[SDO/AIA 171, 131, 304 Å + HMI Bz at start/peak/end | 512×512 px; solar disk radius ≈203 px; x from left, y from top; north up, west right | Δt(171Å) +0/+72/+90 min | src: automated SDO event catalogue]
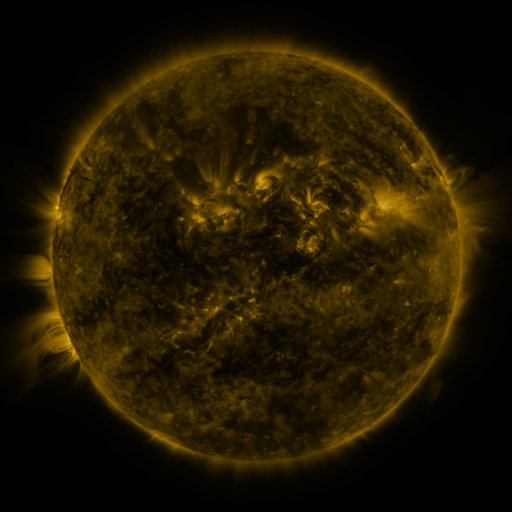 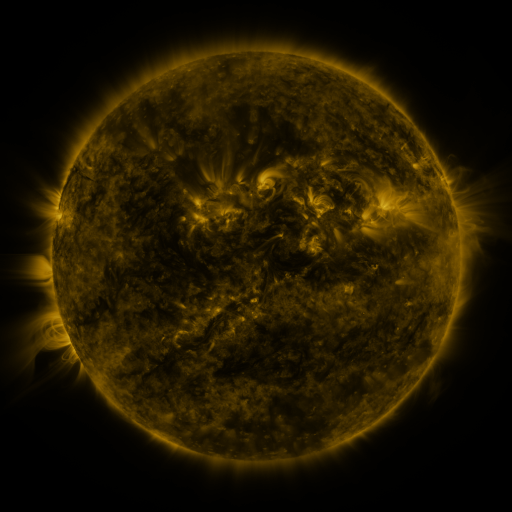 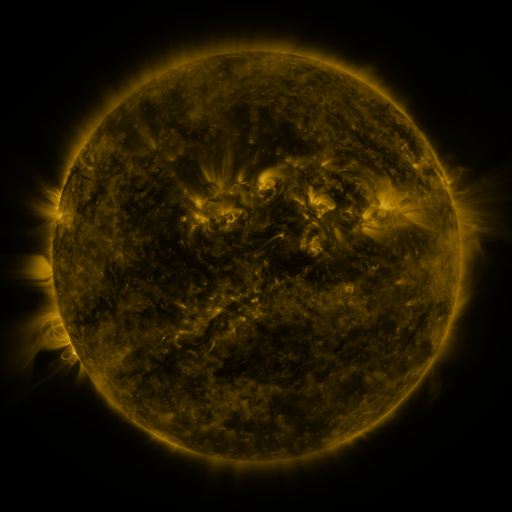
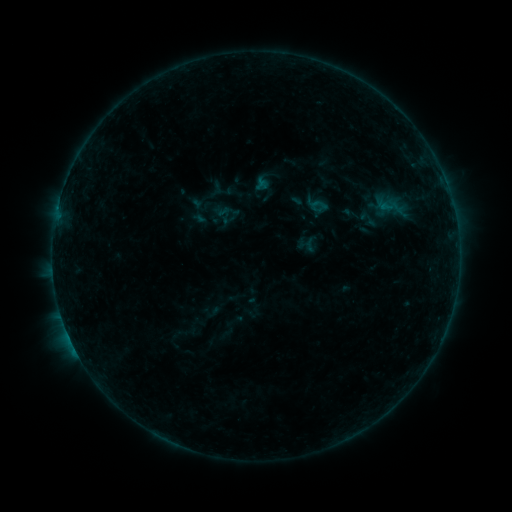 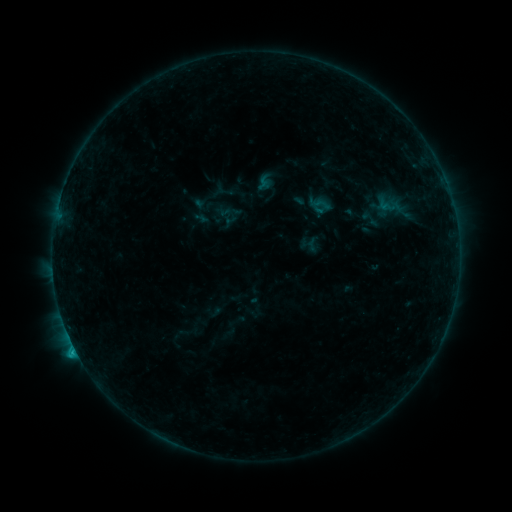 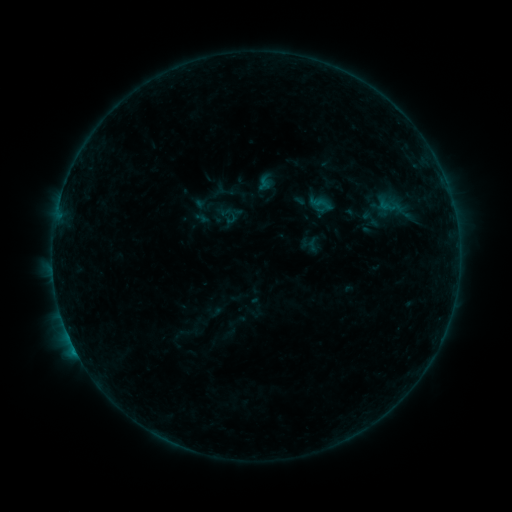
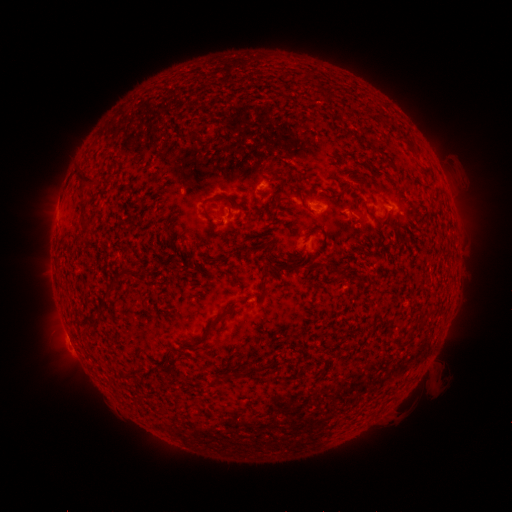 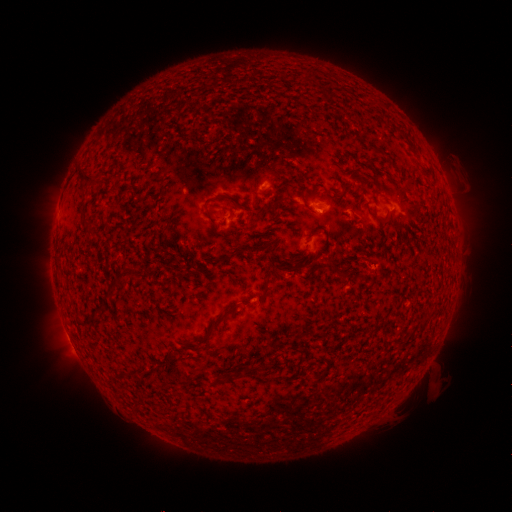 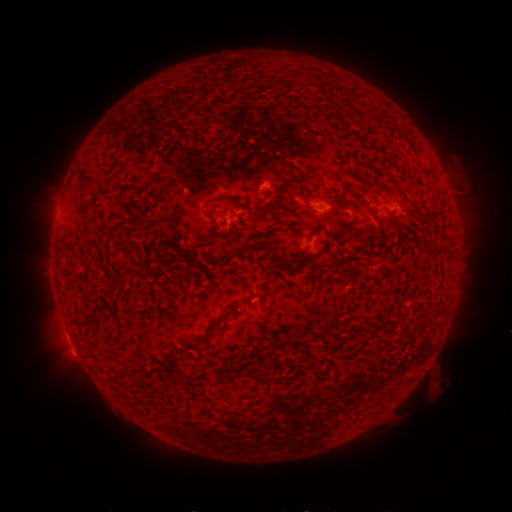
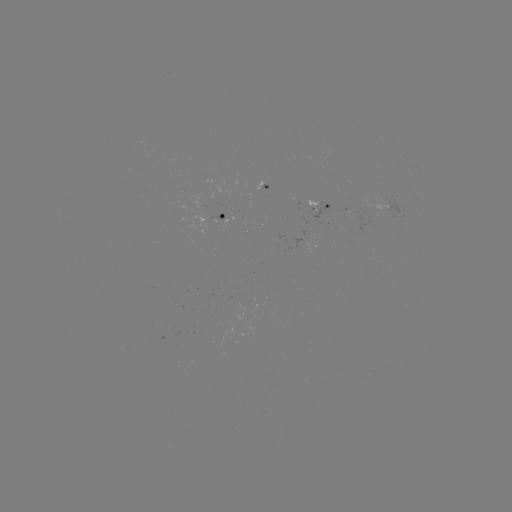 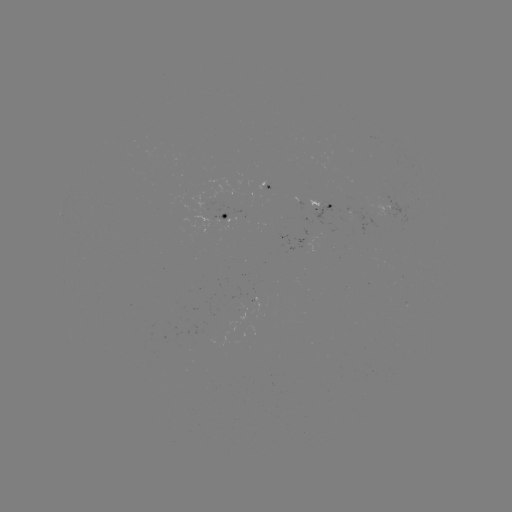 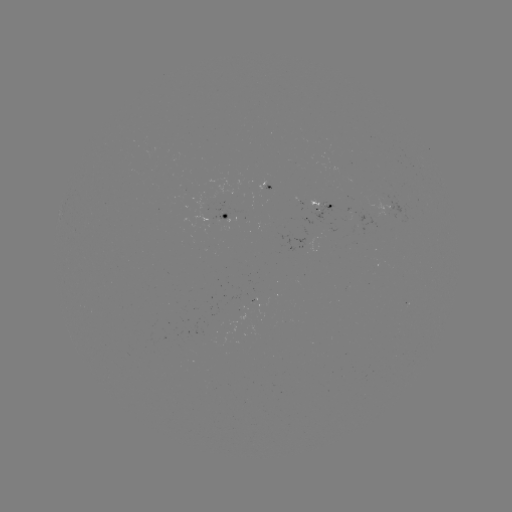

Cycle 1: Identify B8.9 flare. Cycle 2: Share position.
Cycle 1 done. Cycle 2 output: (75, 346).